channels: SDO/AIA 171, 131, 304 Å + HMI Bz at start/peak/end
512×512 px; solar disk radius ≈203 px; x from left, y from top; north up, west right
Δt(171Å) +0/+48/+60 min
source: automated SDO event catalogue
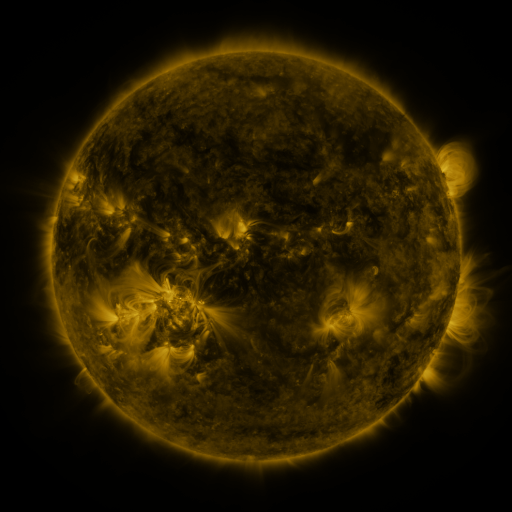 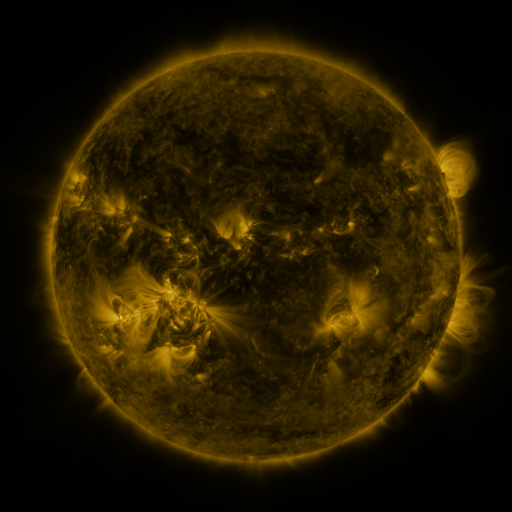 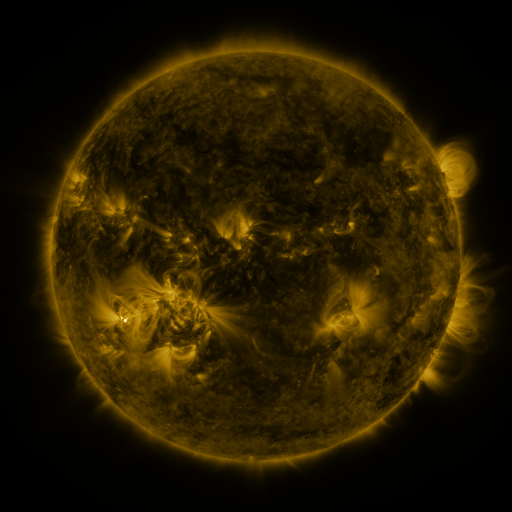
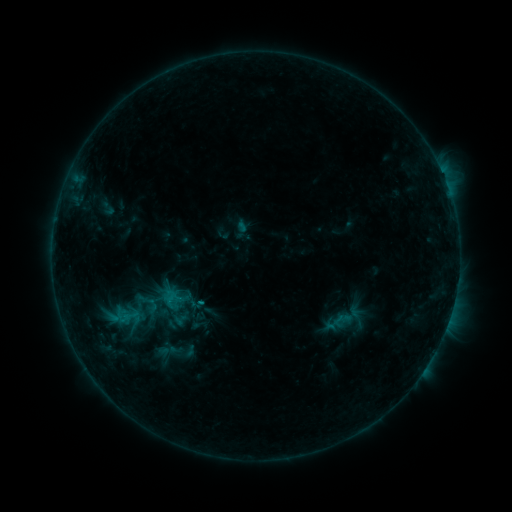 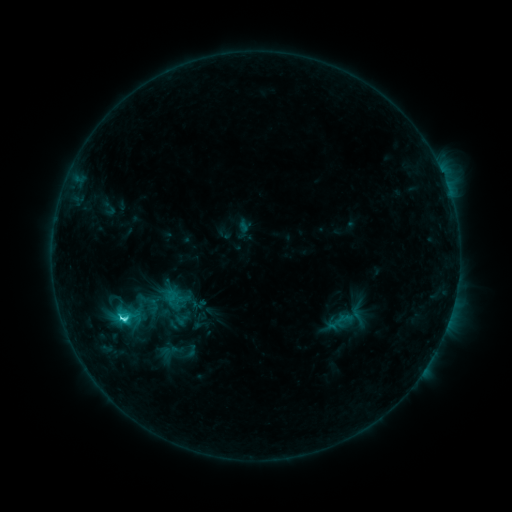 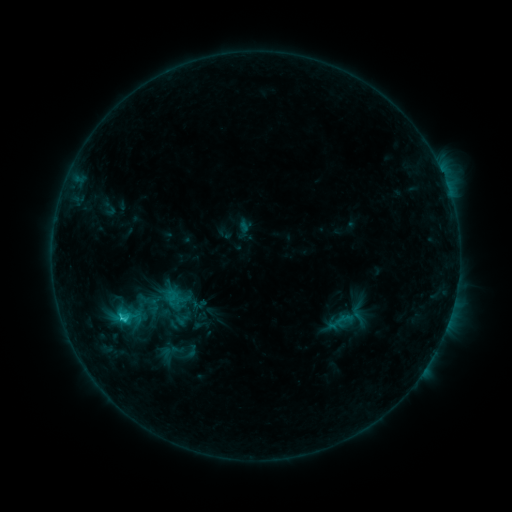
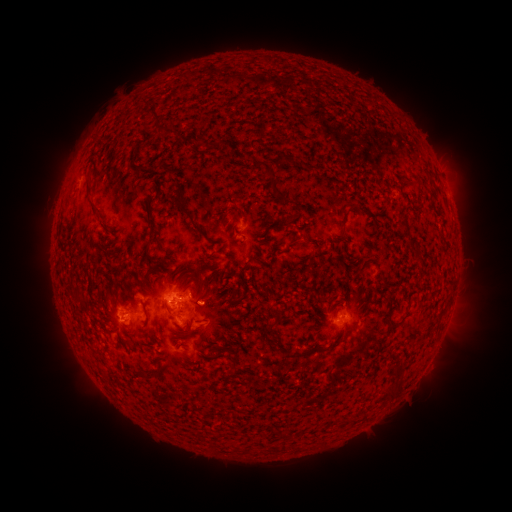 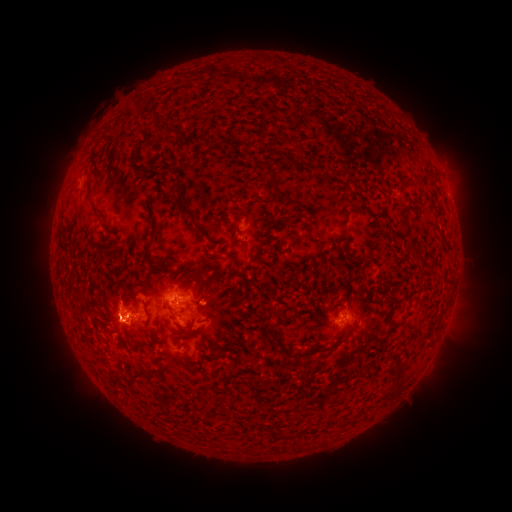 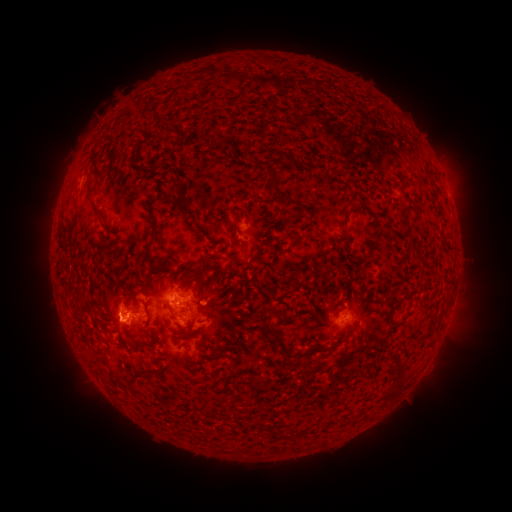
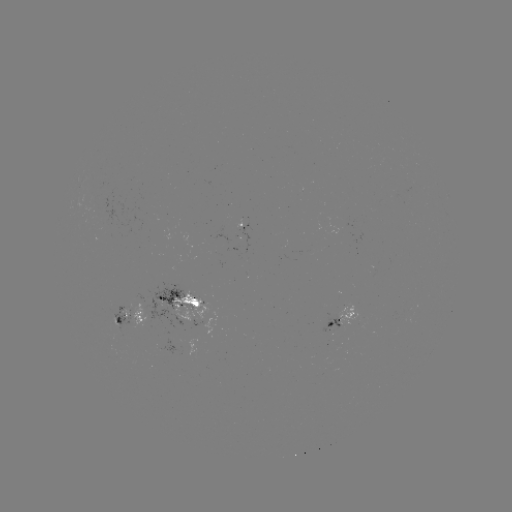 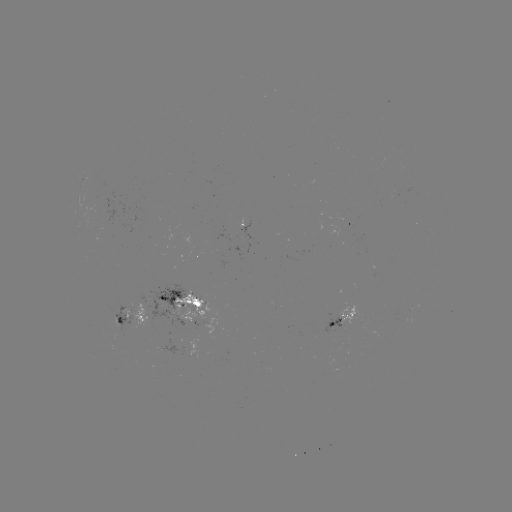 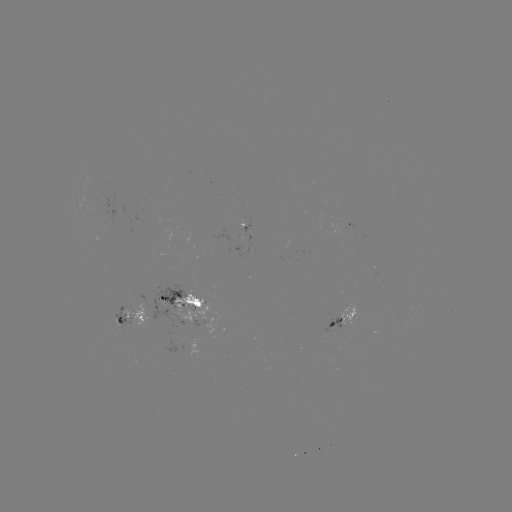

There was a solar flare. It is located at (124, 317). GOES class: C2.9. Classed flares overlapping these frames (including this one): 1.